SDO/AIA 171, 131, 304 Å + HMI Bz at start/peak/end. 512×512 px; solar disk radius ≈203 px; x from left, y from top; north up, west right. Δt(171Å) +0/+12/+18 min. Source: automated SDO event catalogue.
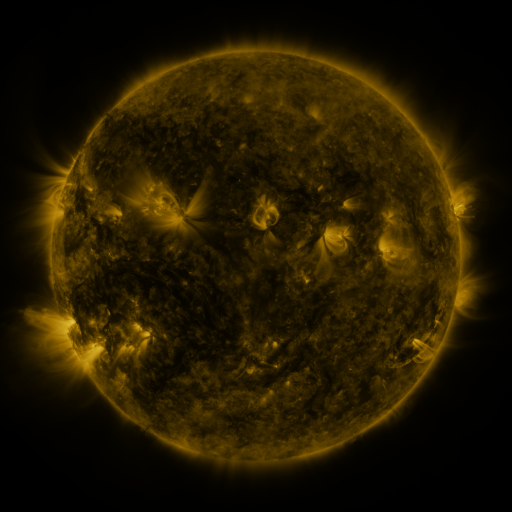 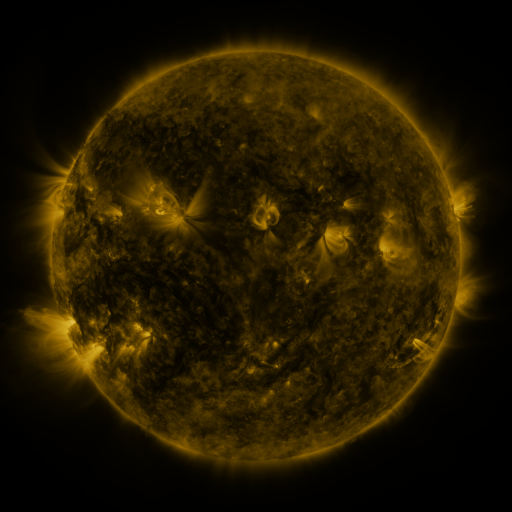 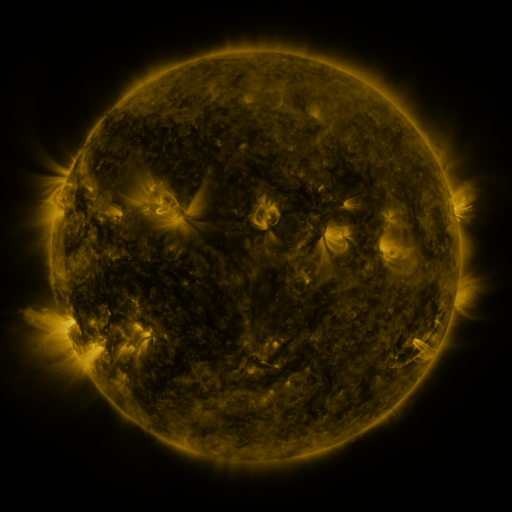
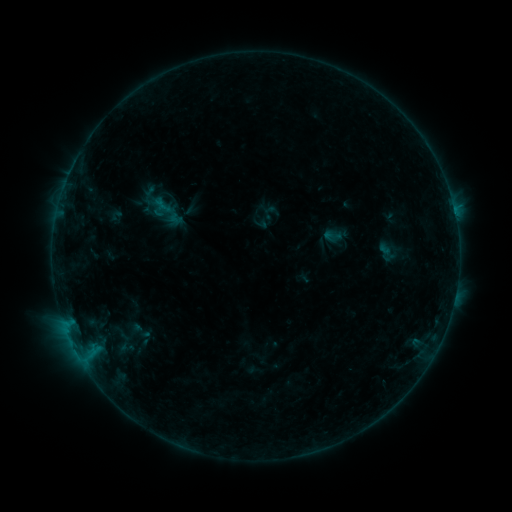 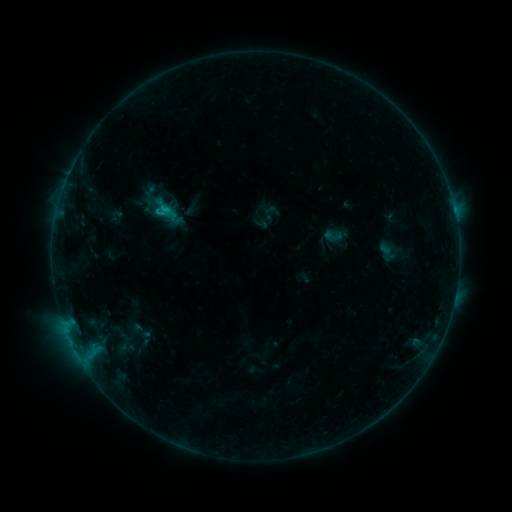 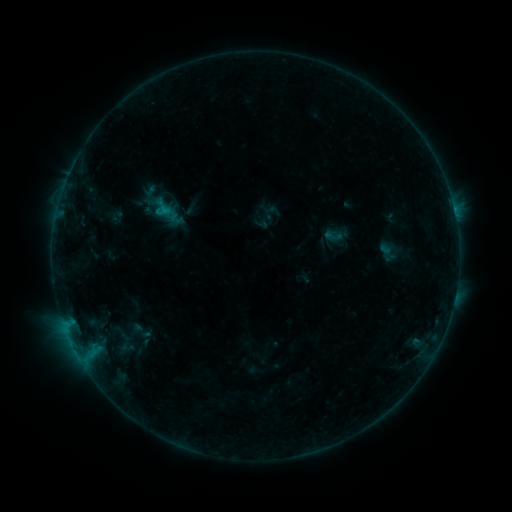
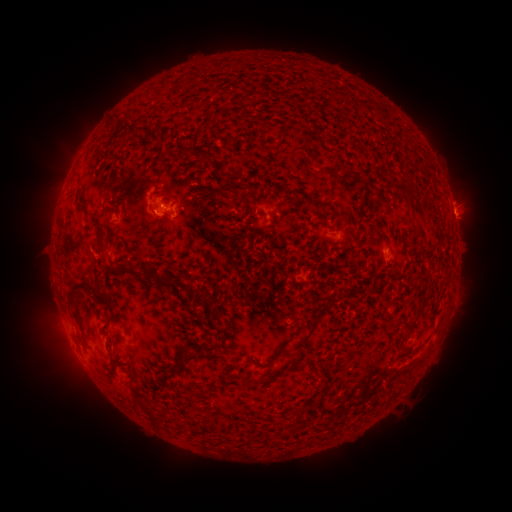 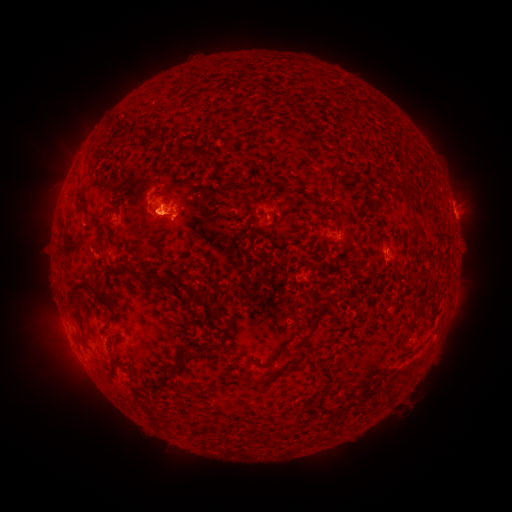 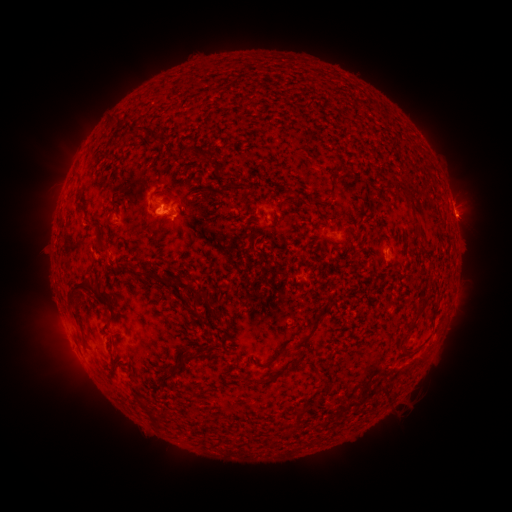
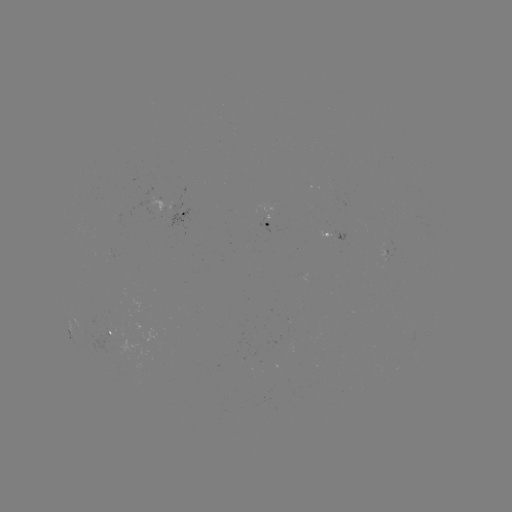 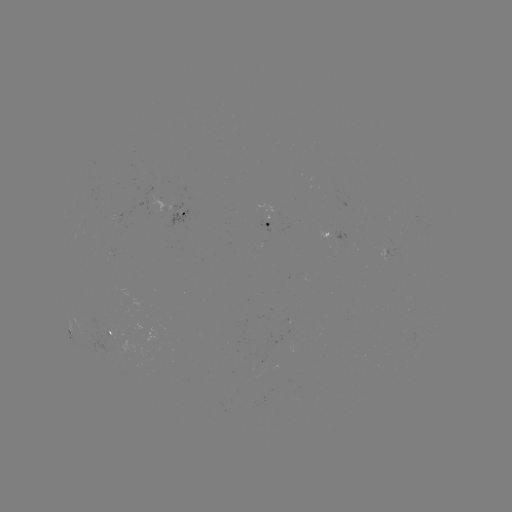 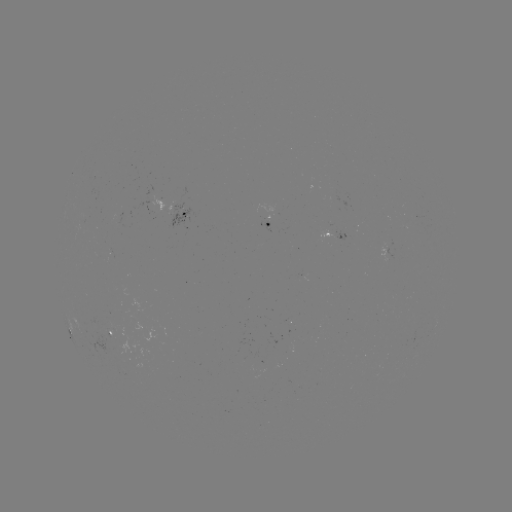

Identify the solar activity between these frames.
B6.9 flare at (159, 213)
